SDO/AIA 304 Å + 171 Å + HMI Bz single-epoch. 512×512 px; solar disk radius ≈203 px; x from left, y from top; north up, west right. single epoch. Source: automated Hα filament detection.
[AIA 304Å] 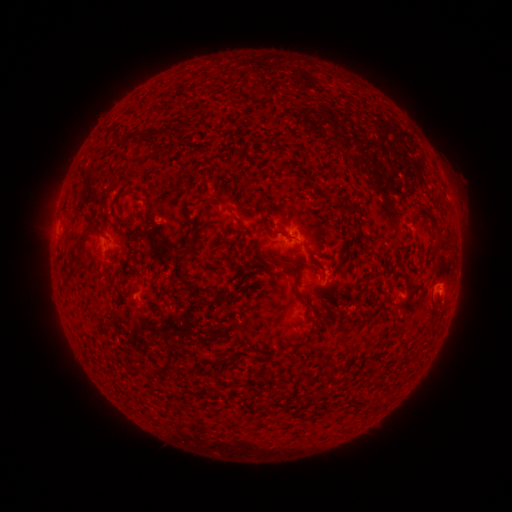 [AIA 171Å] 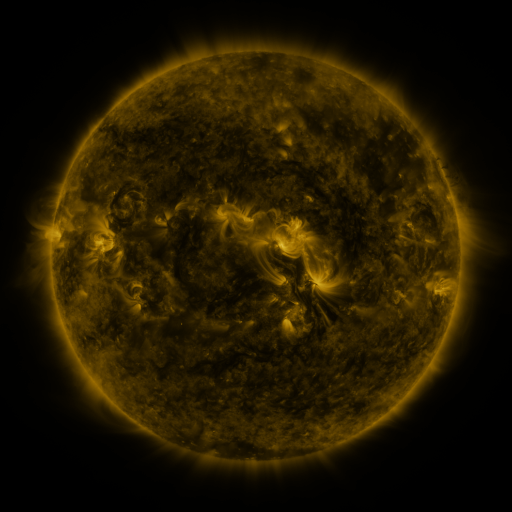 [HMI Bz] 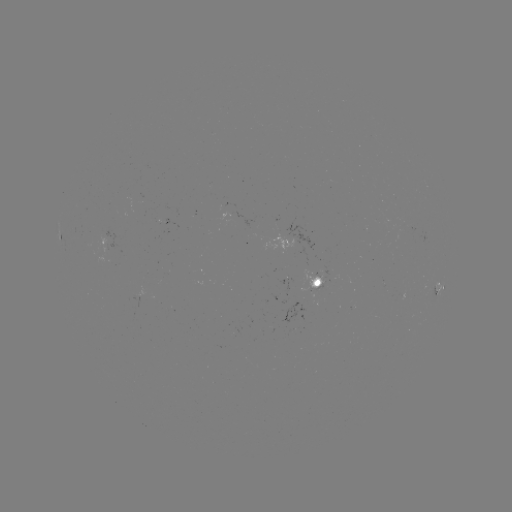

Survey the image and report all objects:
filament: <bbox>143, 129, 161, 141</bbox>
filament: <bbox>118, 131, 137, 145</bbox>
filament: <bbox>316, 186, 331, 194</bbox>
filament: <bbox>77, 223, 93, 254</bbox>
filament: <bbox>184, 227, 196, 253</bbox>
filament: <bbox>274, 257, 300, 295</bbox>
filament: <bbox>61, 265, 78, 291</bbox>
filament: <bbox>134, 266, 145, 280</bbox>
filament: <bbox>197, 291, 239, 306</bbox>
filament: <bbox>313, 317, 327, 328</bbox>
filament: <bbox>146, 368, 157, 380</bbox>
